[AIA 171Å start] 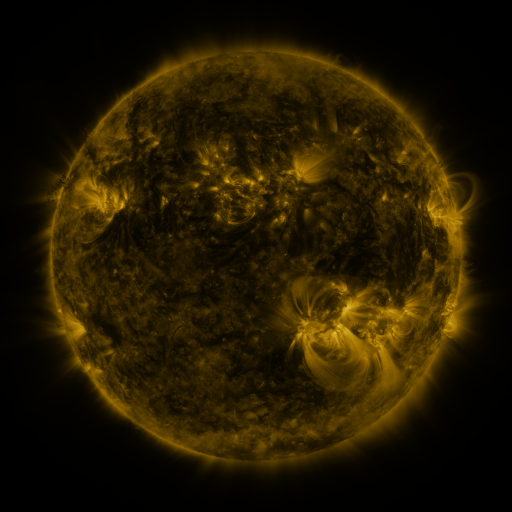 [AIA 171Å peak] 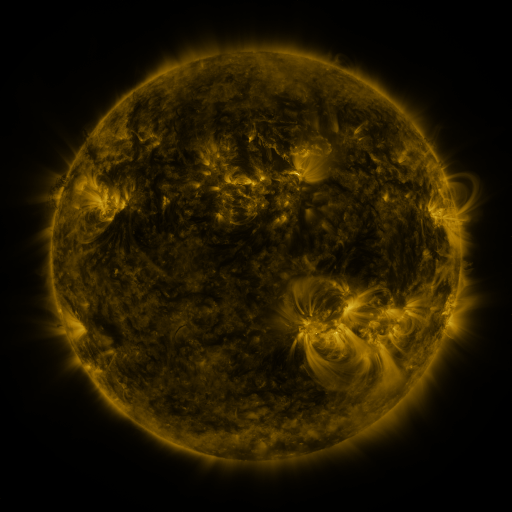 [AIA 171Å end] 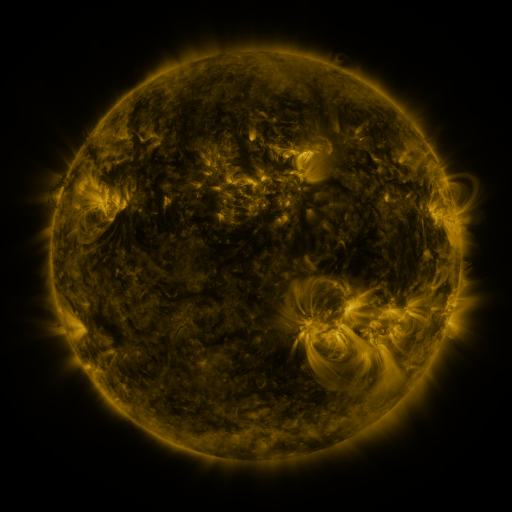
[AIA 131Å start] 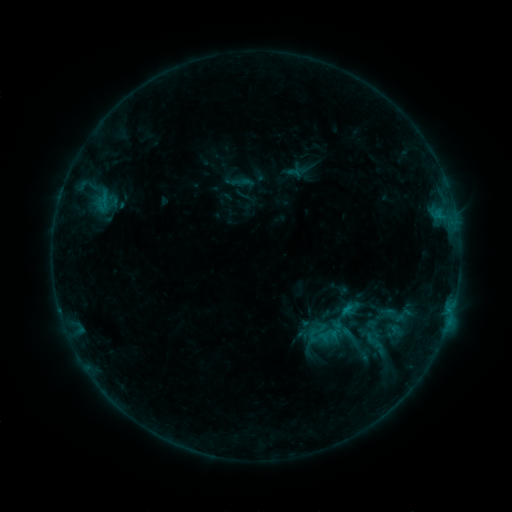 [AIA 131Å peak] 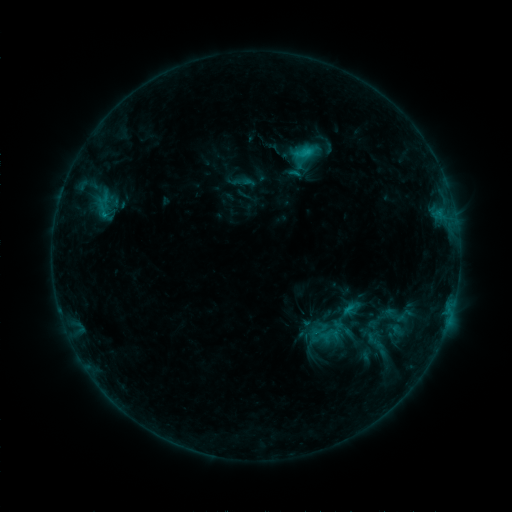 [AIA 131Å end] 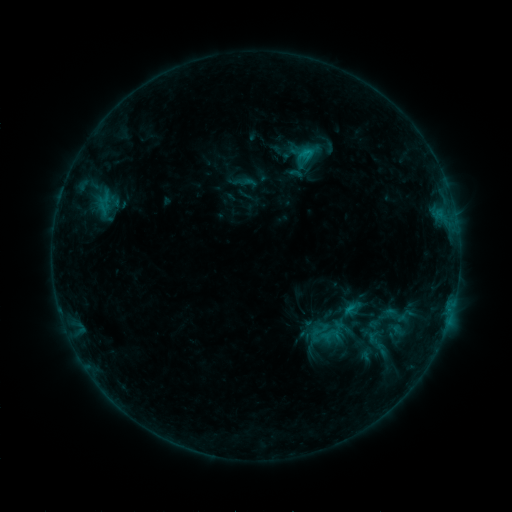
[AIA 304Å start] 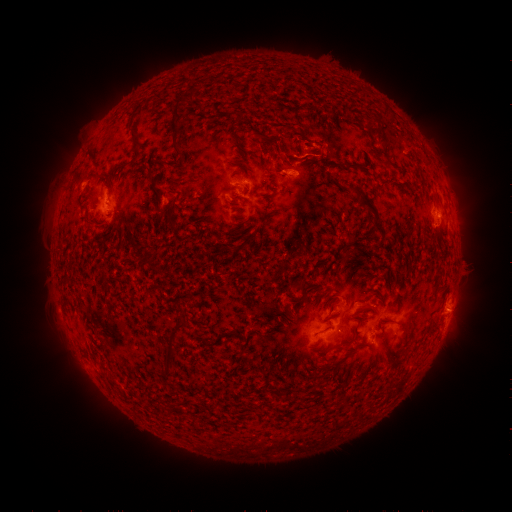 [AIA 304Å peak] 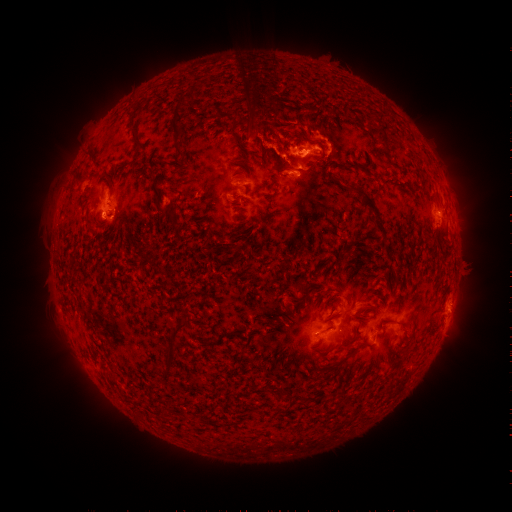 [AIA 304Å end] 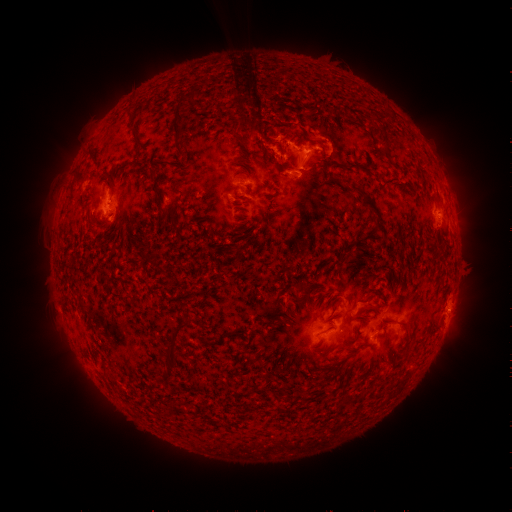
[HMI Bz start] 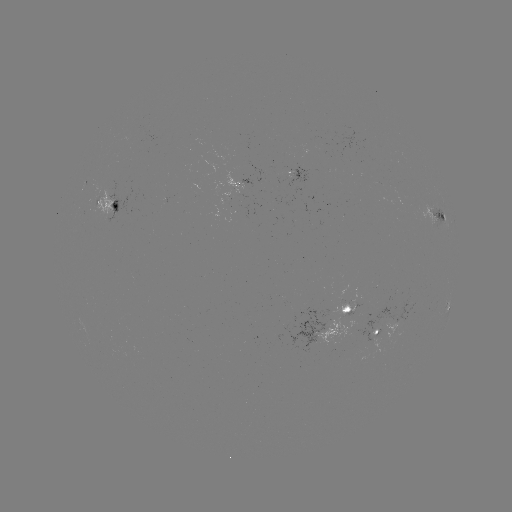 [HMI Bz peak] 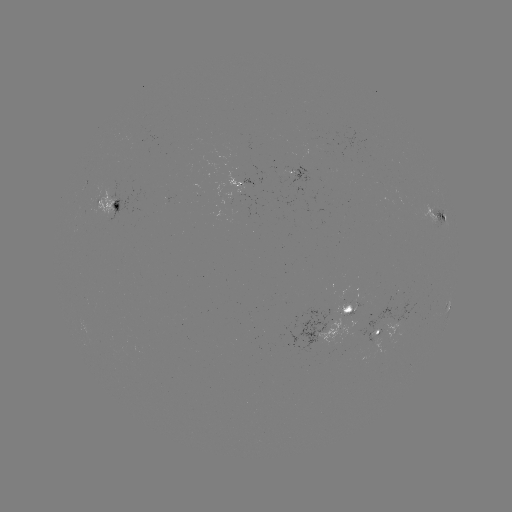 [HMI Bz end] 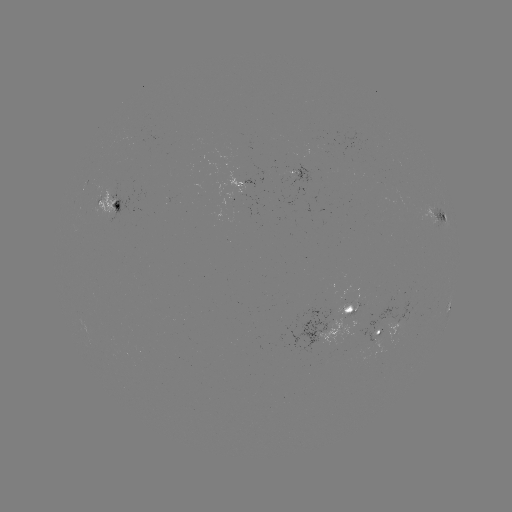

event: flare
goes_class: C2.1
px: (306, 153)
